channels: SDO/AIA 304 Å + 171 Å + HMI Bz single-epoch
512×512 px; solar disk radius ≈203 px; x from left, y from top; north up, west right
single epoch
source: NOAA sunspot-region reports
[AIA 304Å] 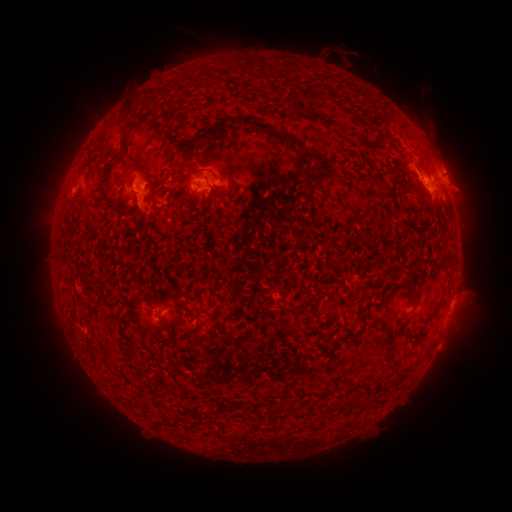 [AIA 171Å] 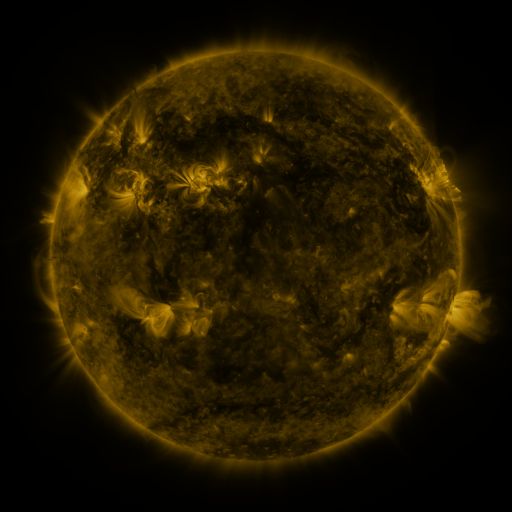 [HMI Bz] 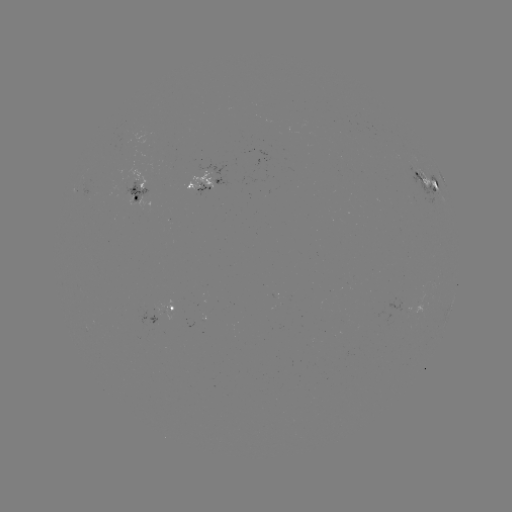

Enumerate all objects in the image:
spotted active region: (442, 177)
spotted active region: (427, 182)
spotted active region: (204, 183)
spotted active region: (135, 193)
spotted active region: (158, 311)
